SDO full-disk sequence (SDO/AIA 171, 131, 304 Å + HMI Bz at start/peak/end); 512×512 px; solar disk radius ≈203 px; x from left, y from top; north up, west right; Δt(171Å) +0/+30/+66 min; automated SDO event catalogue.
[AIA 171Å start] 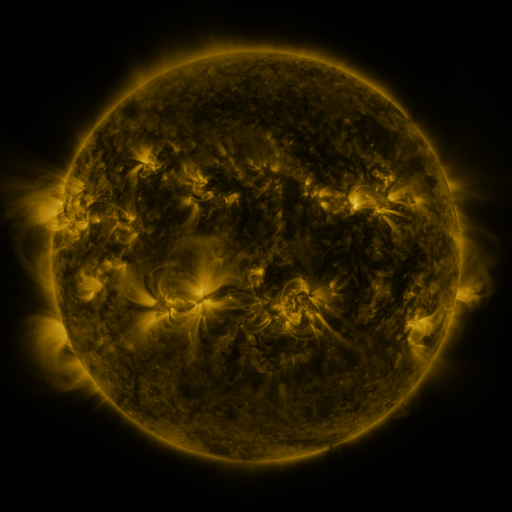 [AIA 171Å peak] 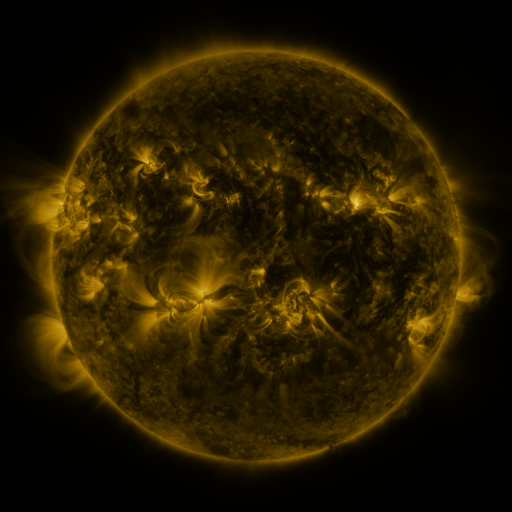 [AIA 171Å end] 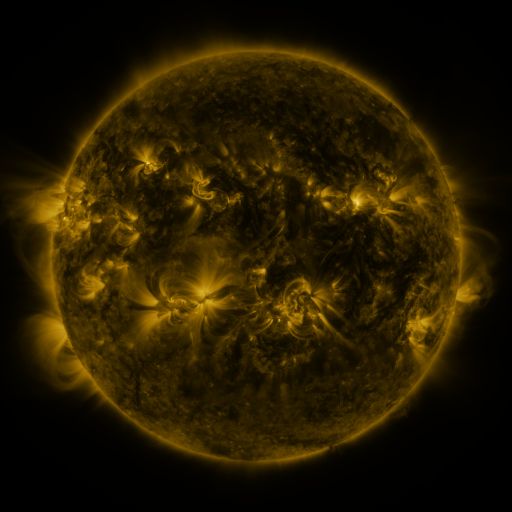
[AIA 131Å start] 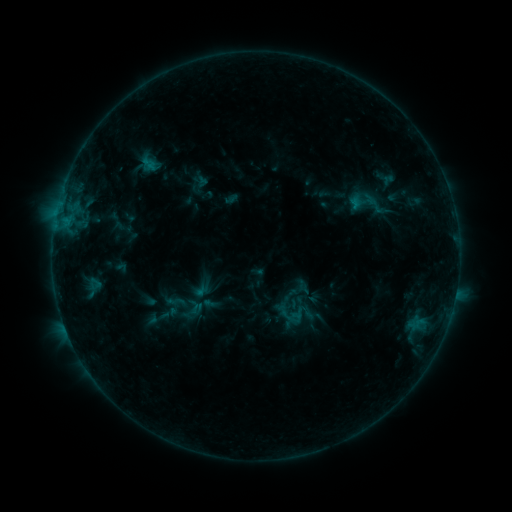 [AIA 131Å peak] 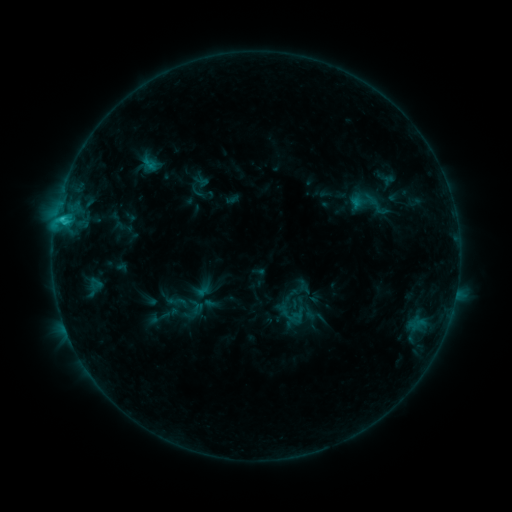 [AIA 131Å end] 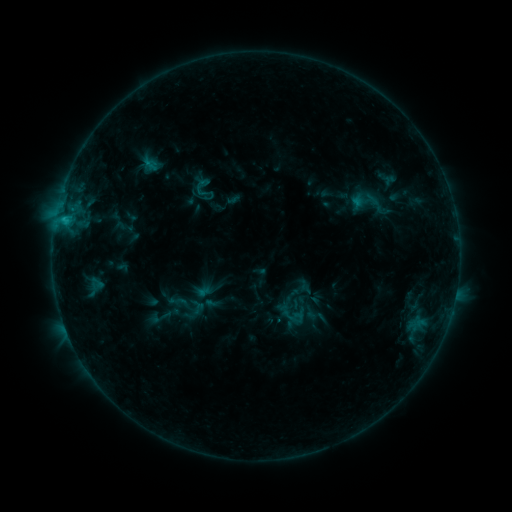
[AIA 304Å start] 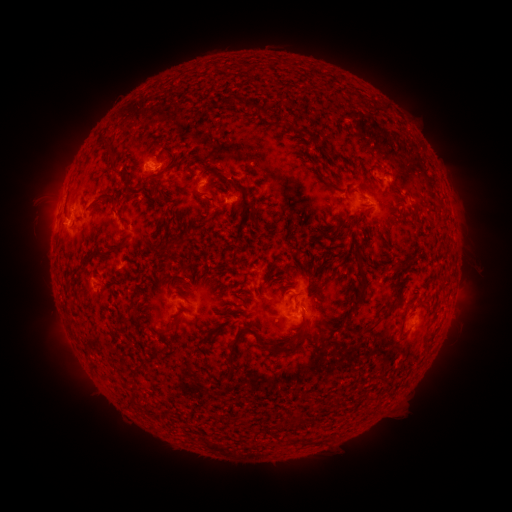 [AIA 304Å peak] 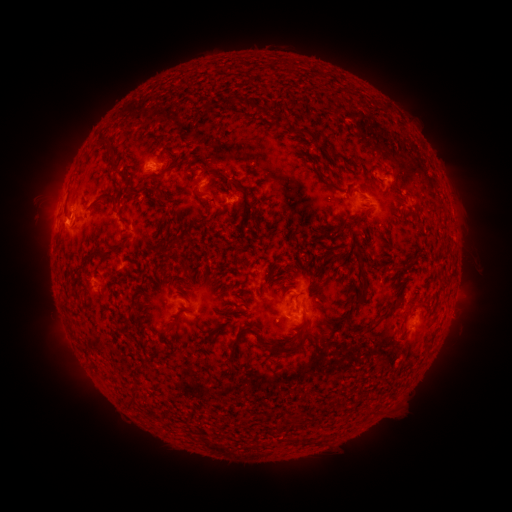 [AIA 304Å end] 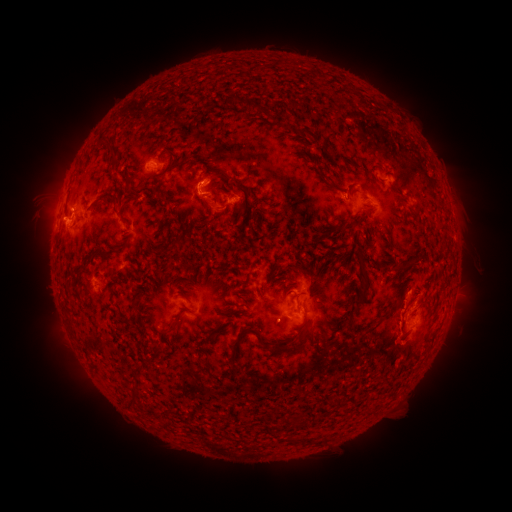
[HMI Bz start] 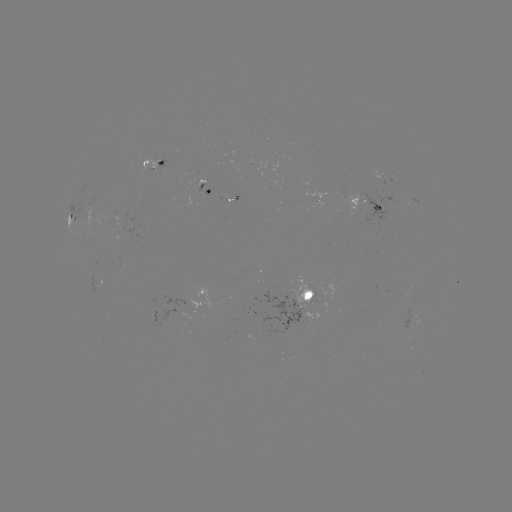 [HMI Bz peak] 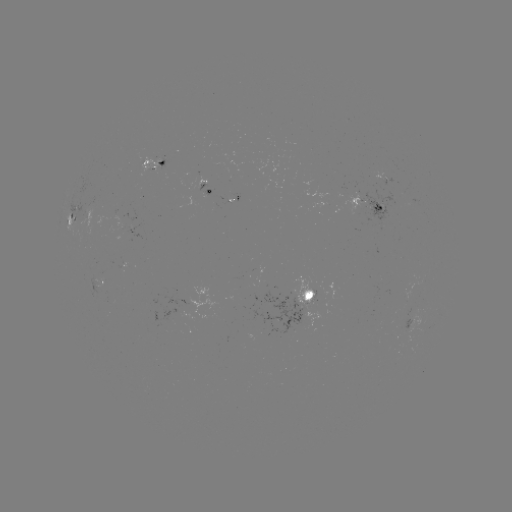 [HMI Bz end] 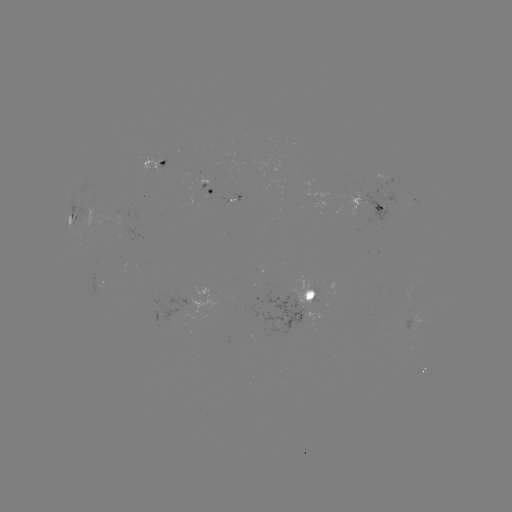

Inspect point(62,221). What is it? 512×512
C1.6 flare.